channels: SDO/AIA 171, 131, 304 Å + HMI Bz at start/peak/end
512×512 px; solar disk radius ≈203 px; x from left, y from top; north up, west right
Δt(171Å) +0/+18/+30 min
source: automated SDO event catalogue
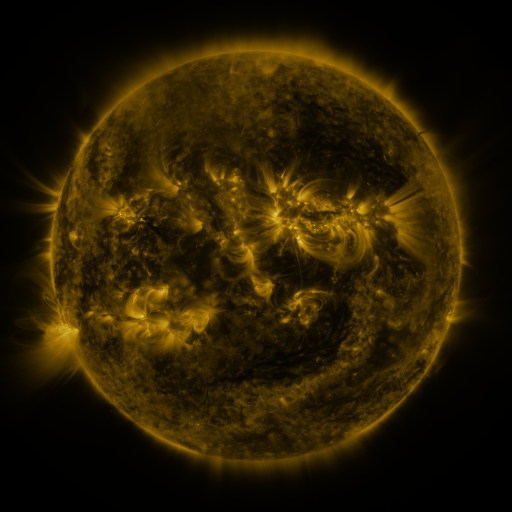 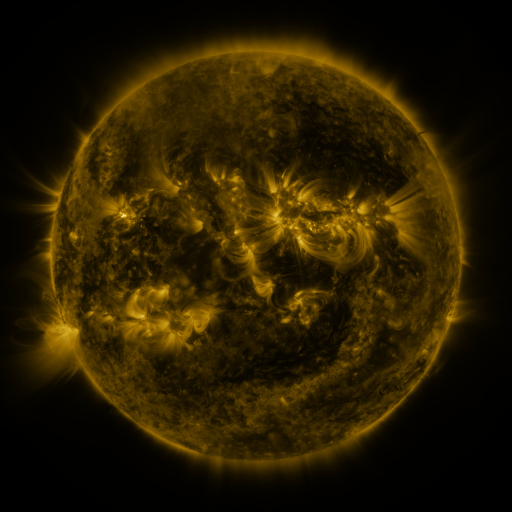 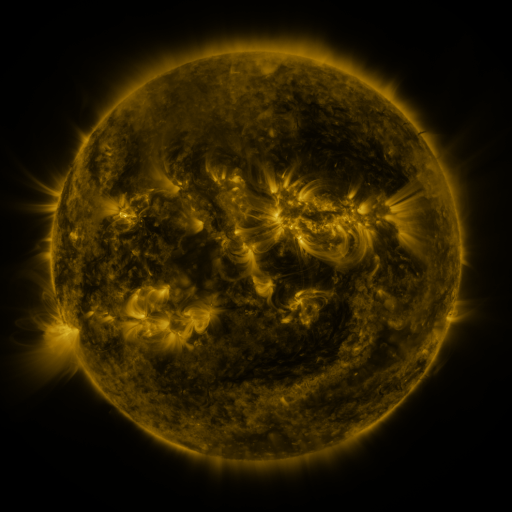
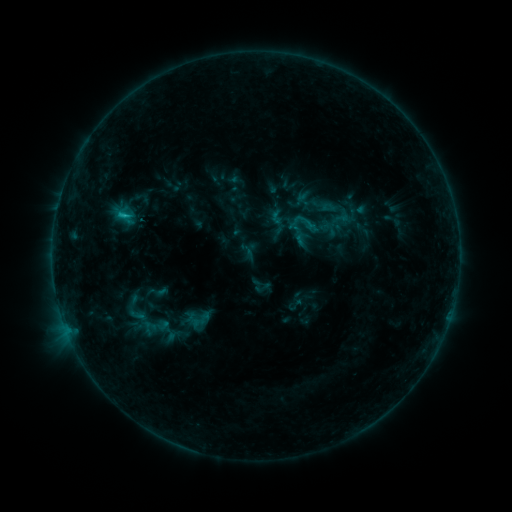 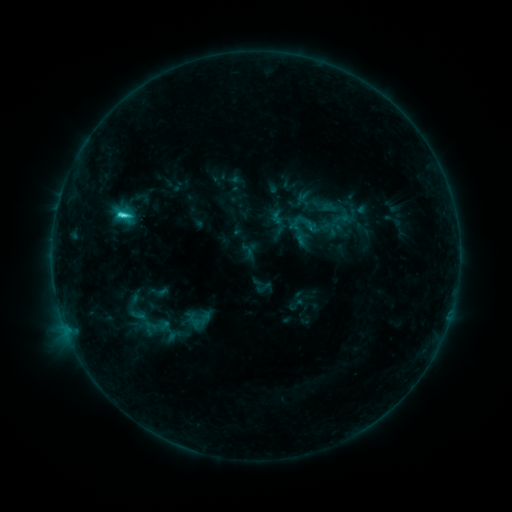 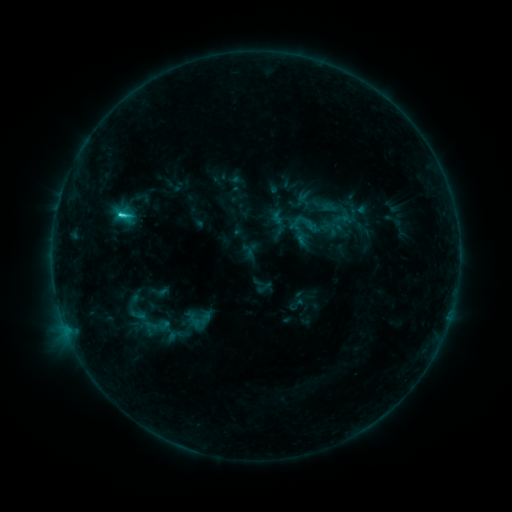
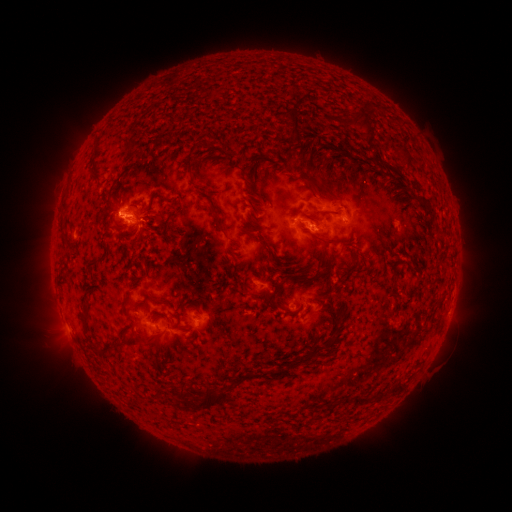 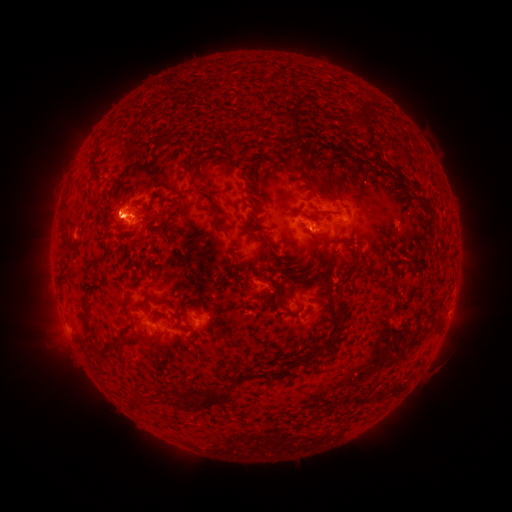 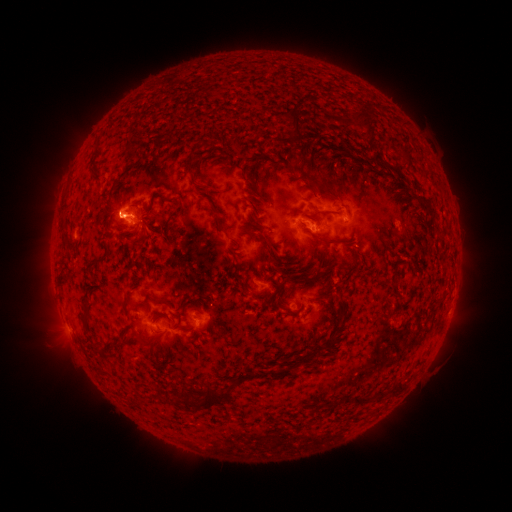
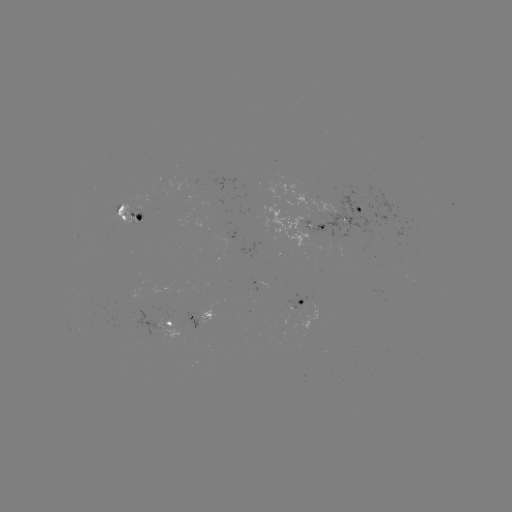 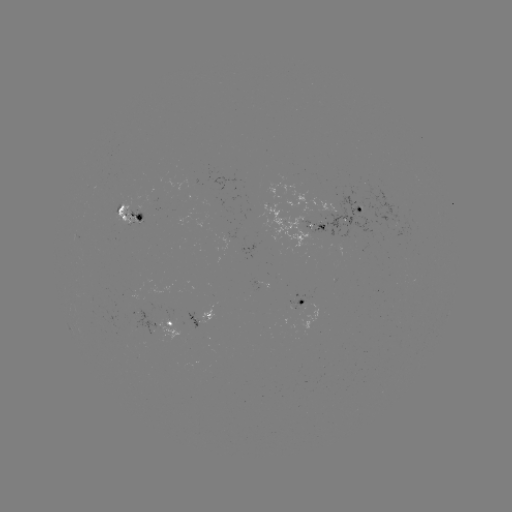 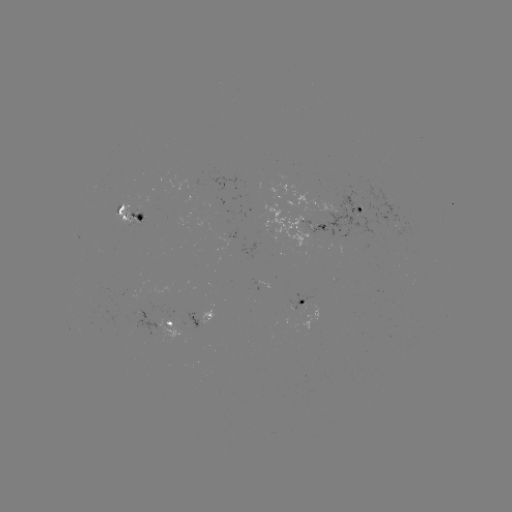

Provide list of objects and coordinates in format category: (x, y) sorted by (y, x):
C2.5 flare: (123, 218)
